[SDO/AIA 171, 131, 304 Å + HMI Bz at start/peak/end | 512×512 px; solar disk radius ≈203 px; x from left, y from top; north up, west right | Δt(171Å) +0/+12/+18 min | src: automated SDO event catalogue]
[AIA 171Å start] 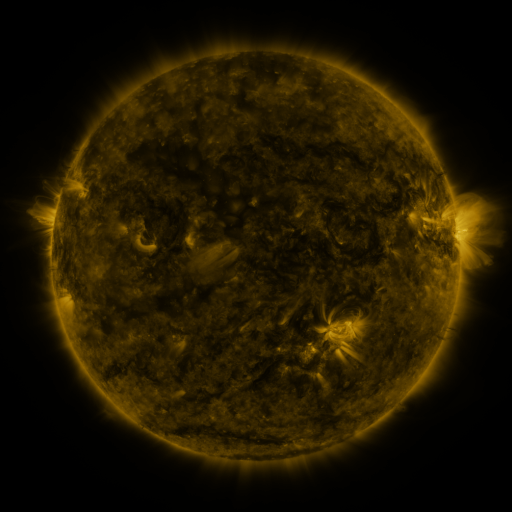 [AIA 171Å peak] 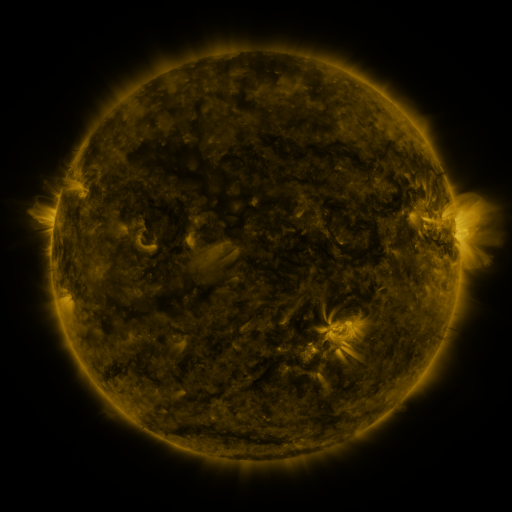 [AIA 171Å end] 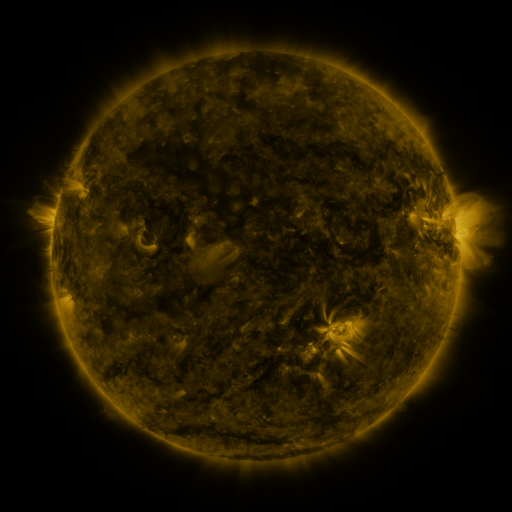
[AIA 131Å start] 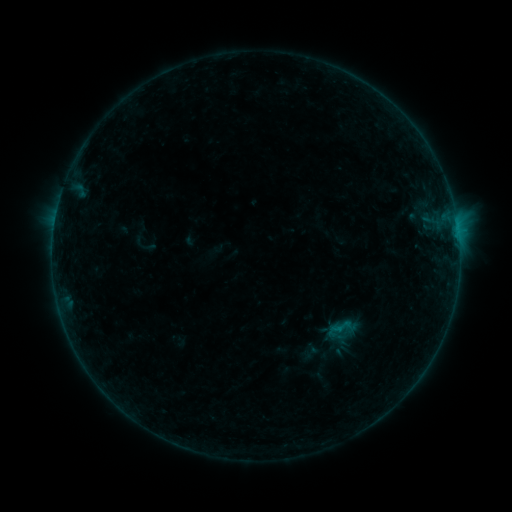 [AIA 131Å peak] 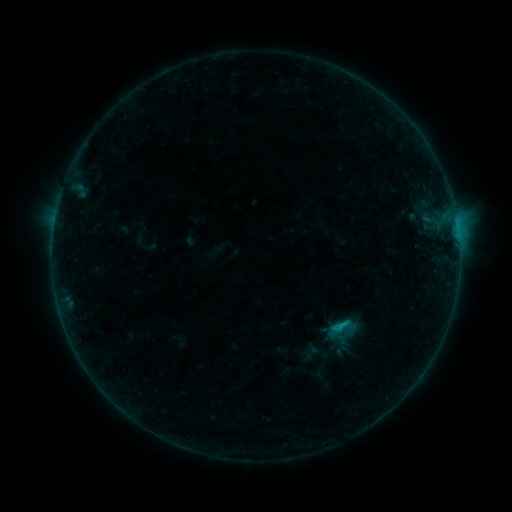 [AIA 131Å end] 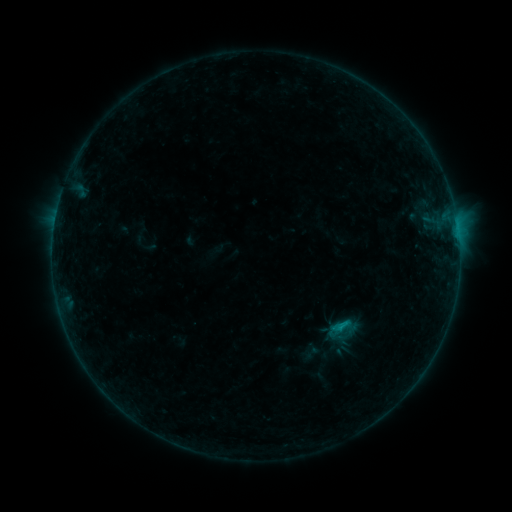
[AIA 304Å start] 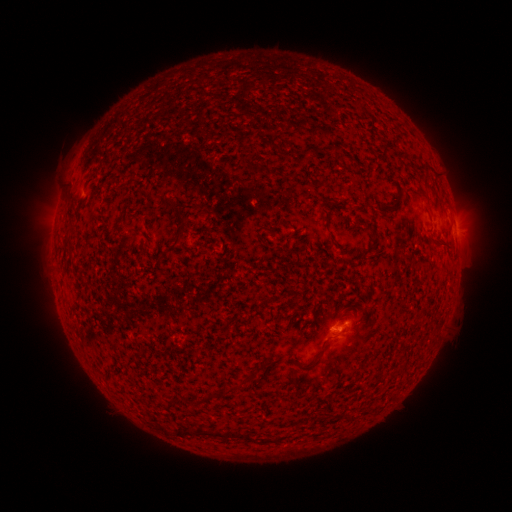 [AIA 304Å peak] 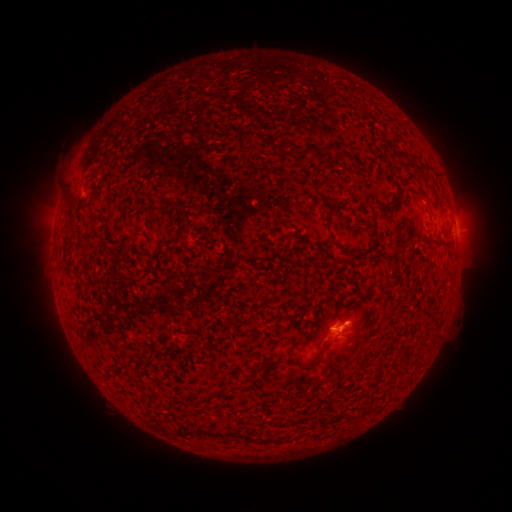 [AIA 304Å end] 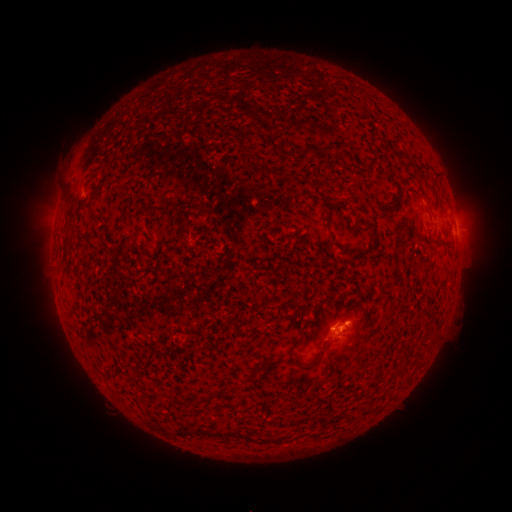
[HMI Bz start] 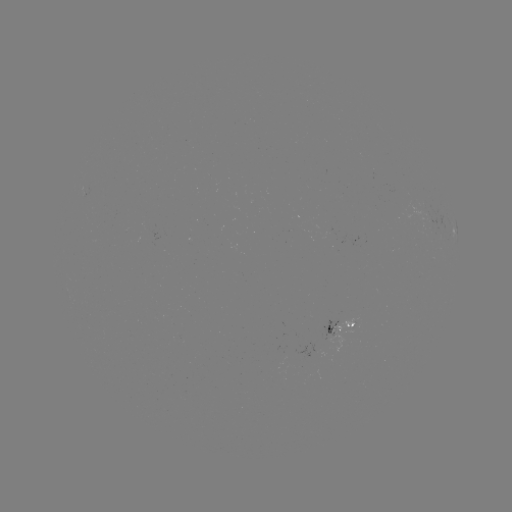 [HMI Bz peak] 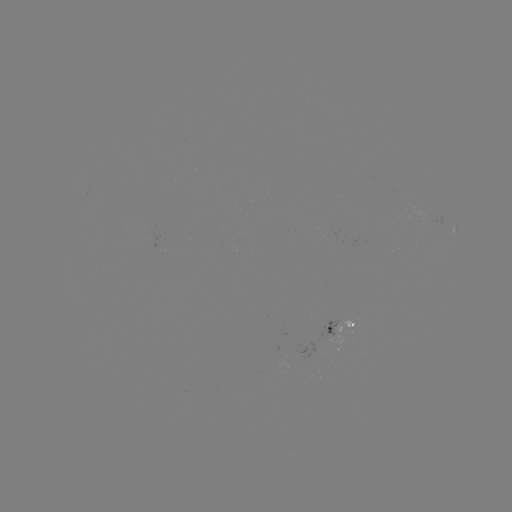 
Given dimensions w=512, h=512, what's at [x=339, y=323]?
B5.1 flare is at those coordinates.